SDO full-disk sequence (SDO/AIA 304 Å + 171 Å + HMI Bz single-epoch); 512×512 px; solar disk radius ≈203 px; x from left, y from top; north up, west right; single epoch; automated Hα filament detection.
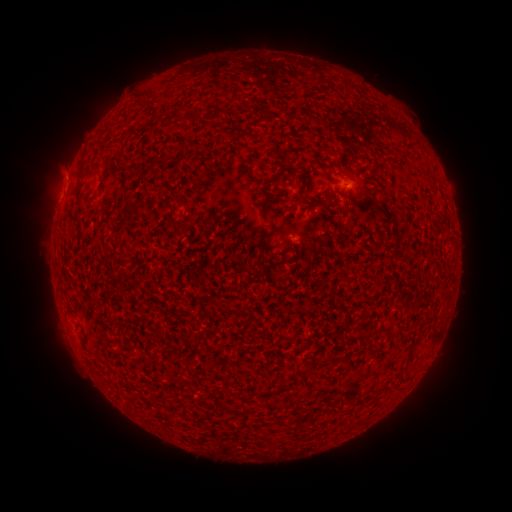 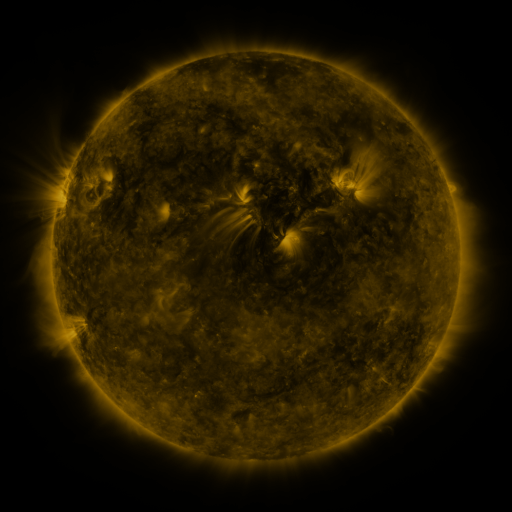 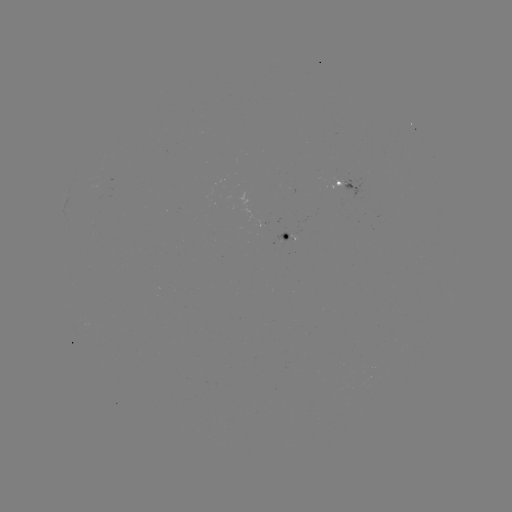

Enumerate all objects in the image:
filament: (346, 88)
filament: (152, 106)
filament: (195, 114)
filament: (268, 195)
filament: (132, 201)
filament: (319, 203)
filament: (260, 262)
filament: (363, 337)
filament: (408, 358)
filament: (184, 364)
